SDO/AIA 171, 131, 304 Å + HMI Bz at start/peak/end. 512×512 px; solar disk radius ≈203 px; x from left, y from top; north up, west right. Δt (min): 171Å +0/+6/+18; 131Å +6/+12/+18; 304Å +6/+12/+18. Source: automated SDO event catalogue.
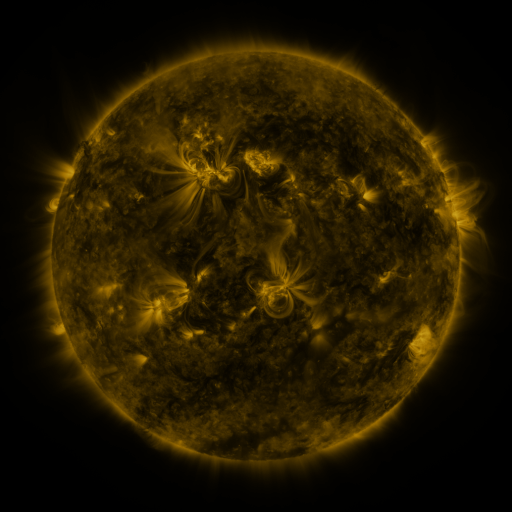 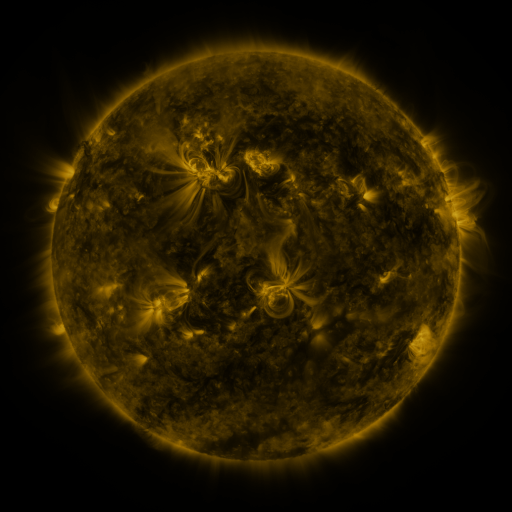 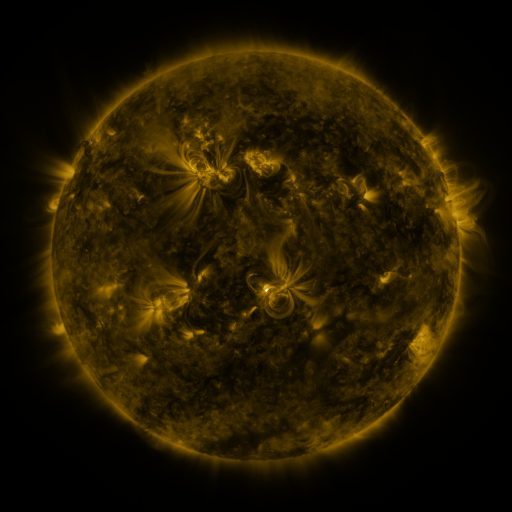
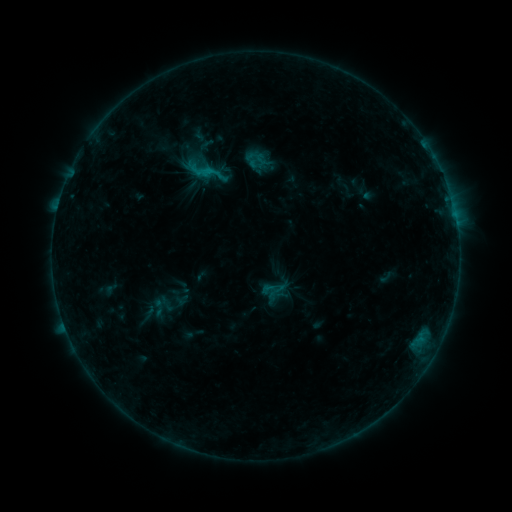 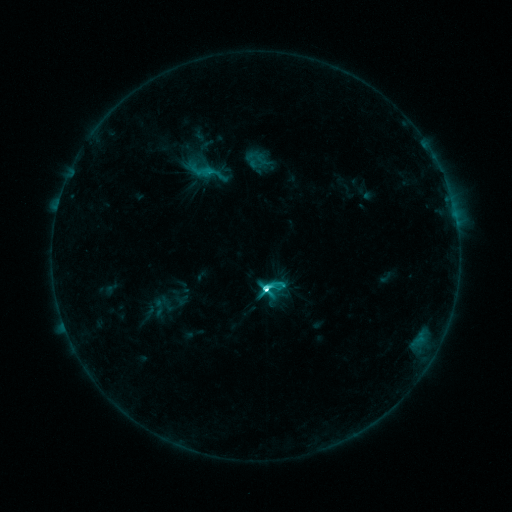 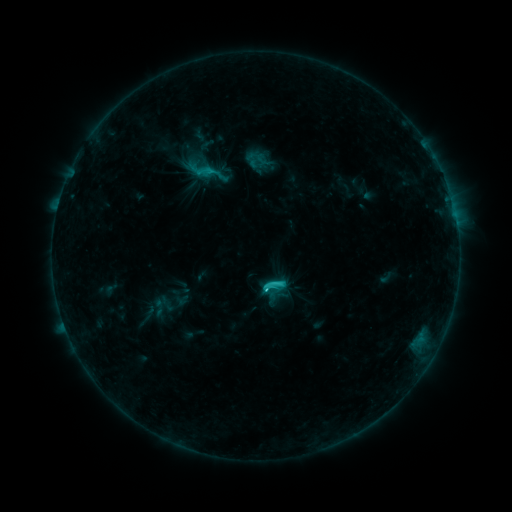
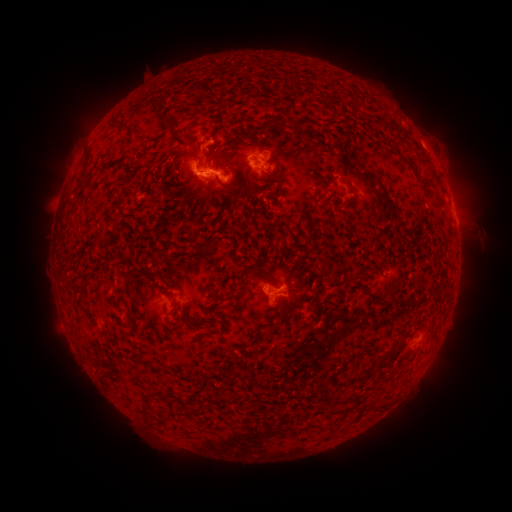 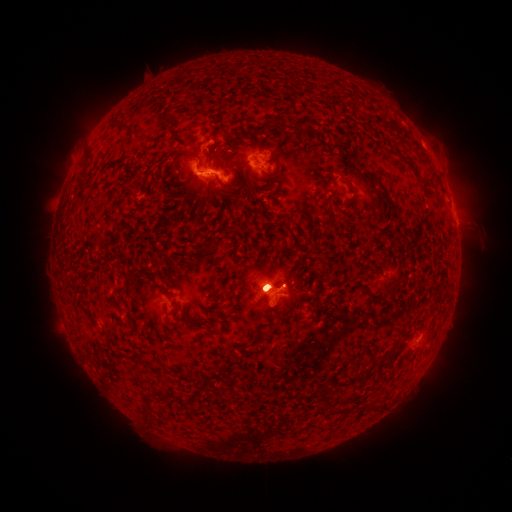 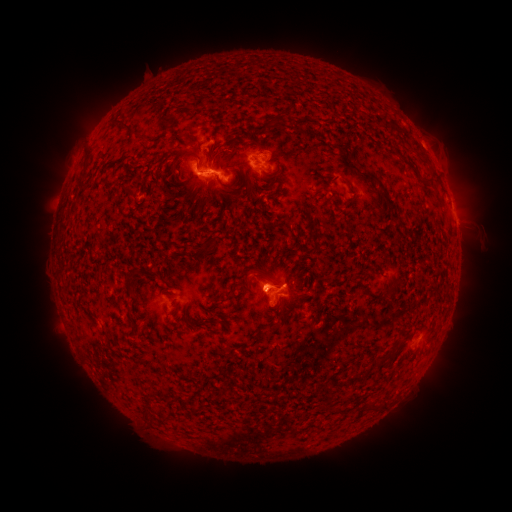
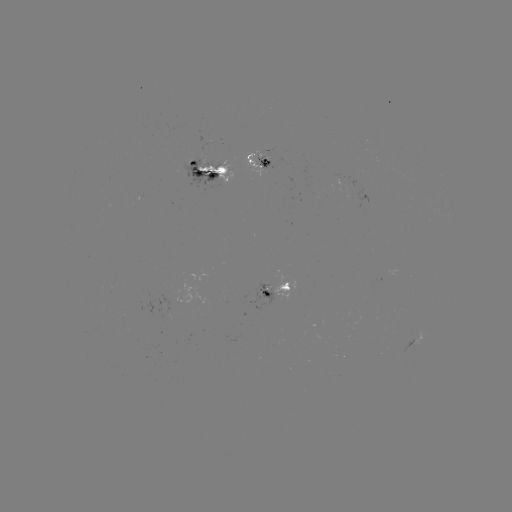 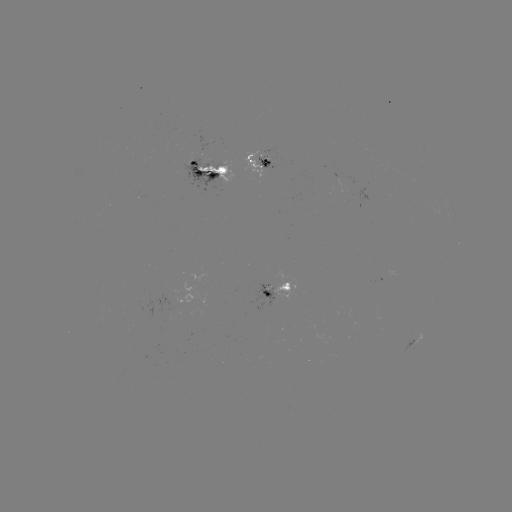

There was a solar flare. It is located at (262, 287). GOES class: C7.2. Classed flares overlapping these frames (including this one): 1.